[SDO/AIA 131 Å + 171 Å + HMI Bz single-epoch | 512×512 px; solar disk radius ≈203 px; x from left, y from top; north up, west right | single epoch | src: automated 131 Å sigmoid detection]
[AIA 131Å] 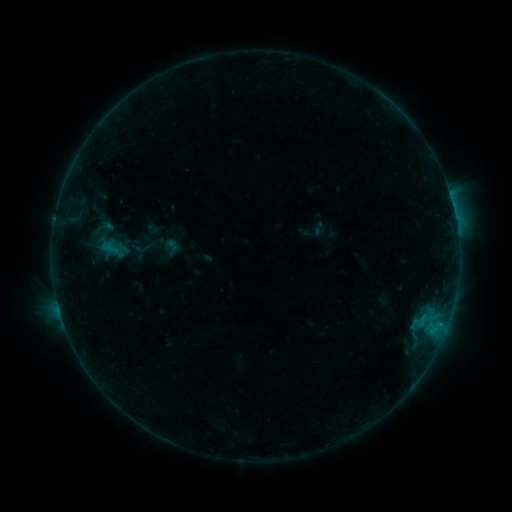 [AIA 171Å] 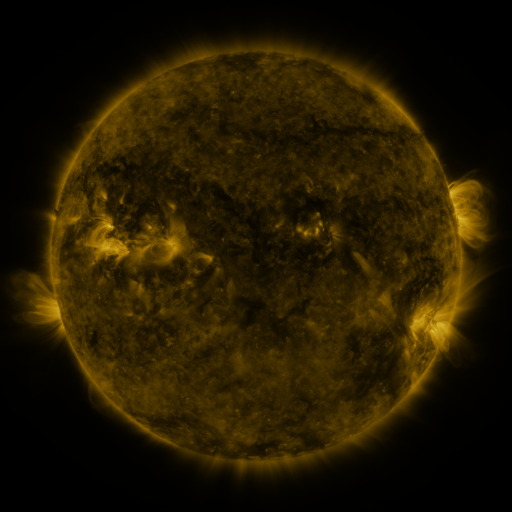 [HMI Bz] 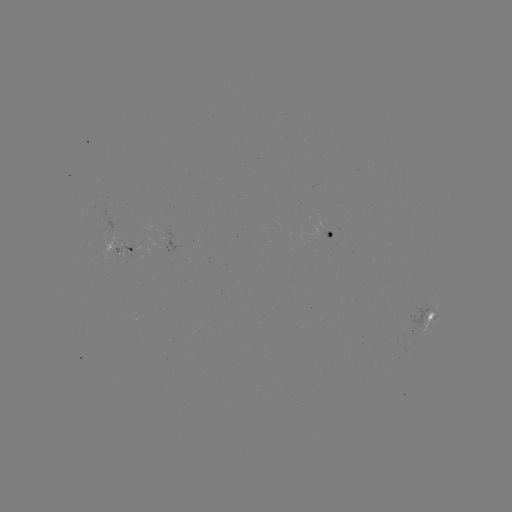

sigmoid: [93, 214, 115, 240]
